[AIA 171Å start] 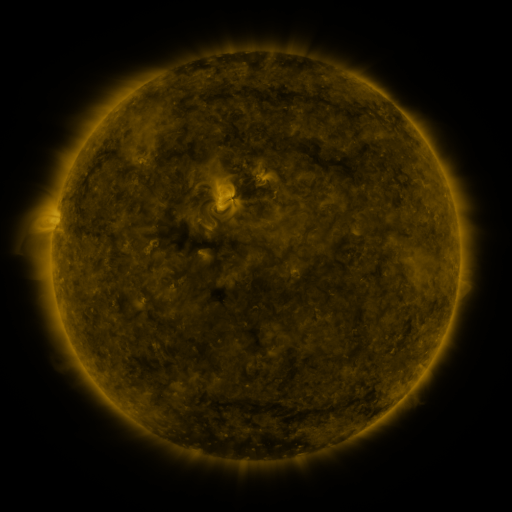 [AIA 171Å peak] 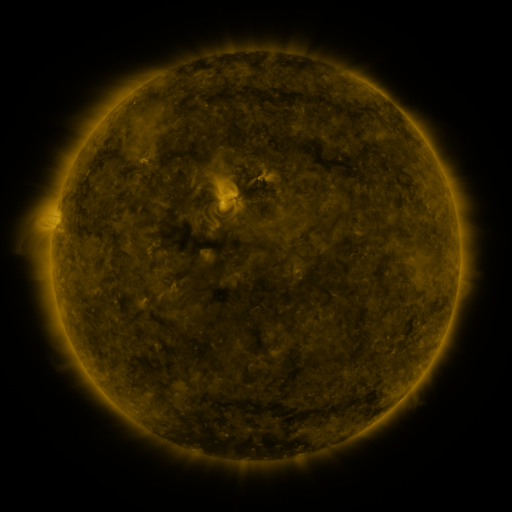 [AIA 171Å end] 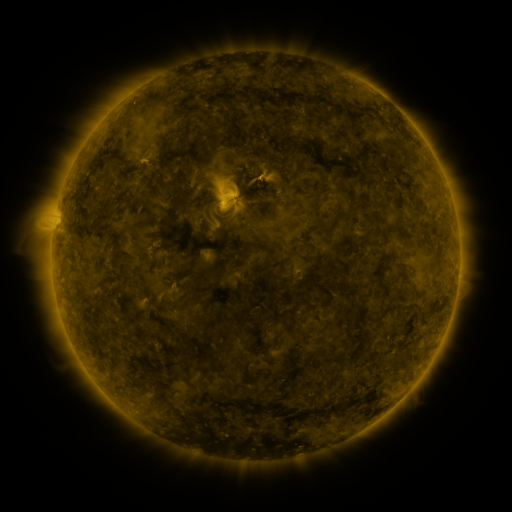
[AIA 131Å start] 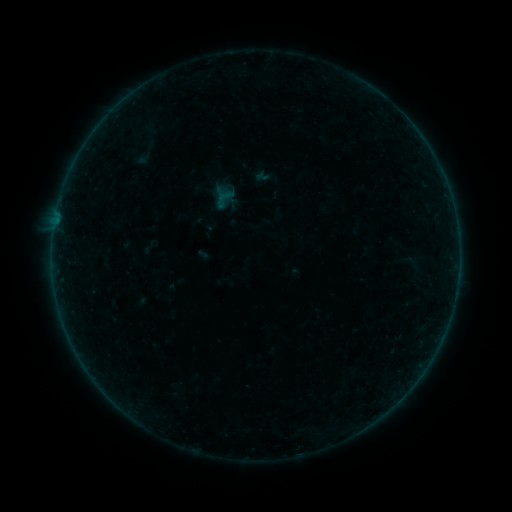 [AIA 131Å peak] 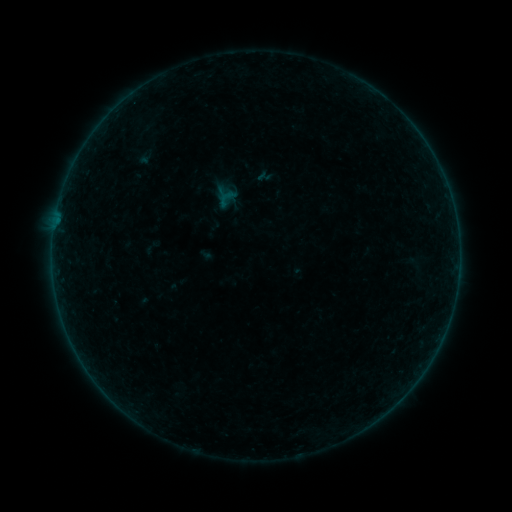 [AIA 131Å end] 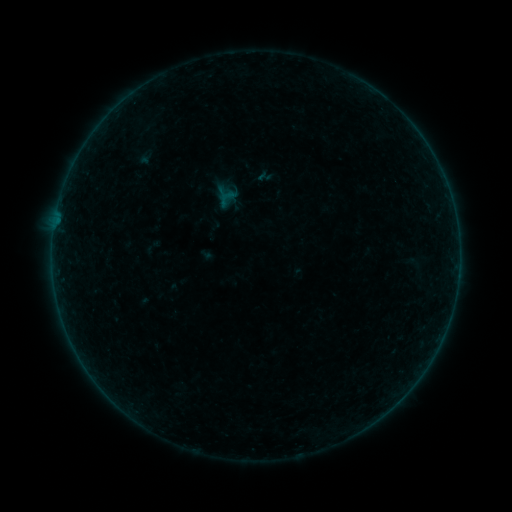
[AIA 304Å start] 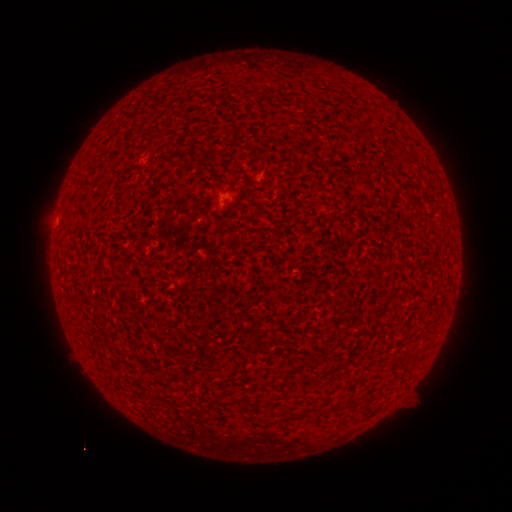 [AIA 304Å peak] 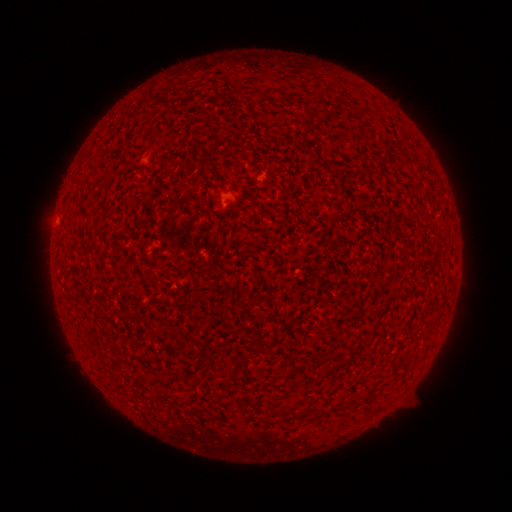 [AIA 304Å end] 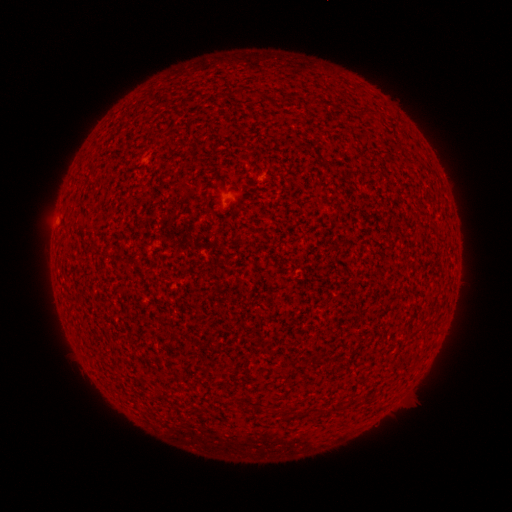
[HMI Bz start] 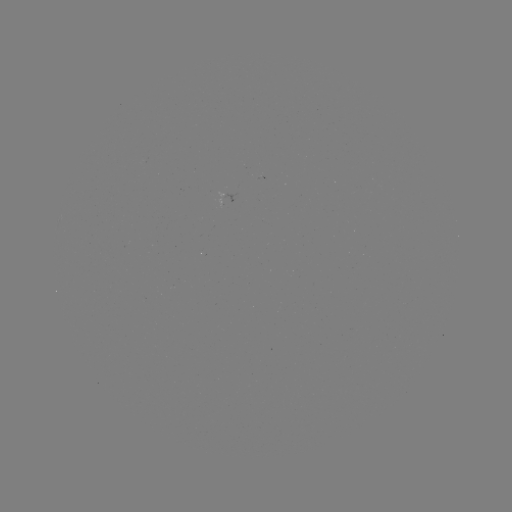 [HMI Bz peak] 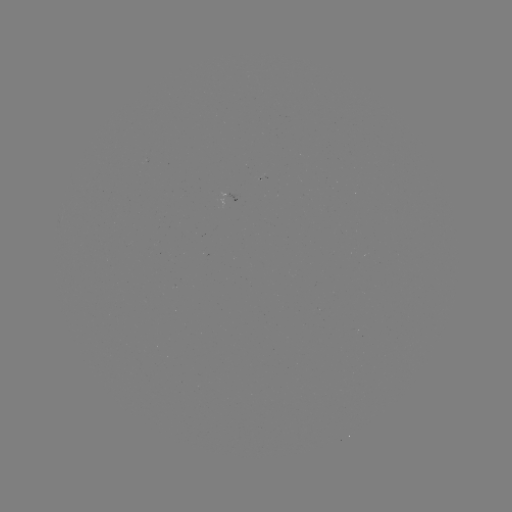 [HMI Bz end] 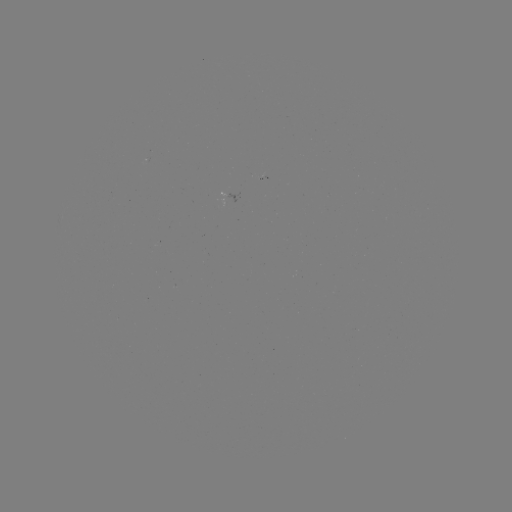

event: emerging-flux region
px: (224, 200)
